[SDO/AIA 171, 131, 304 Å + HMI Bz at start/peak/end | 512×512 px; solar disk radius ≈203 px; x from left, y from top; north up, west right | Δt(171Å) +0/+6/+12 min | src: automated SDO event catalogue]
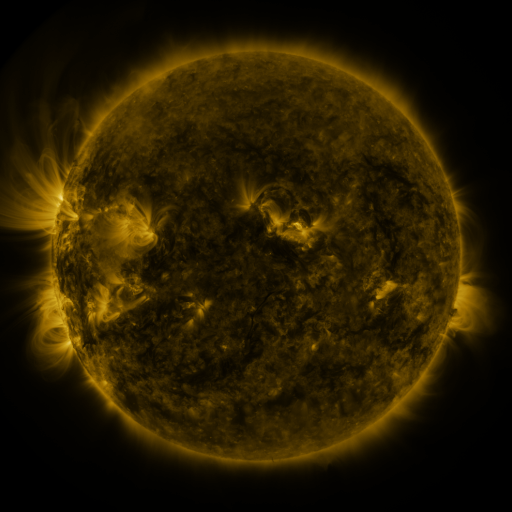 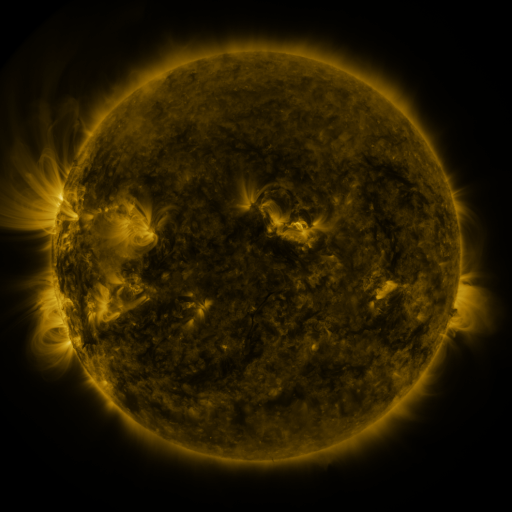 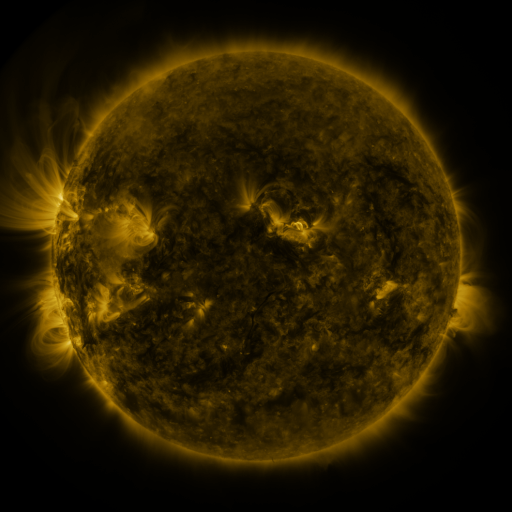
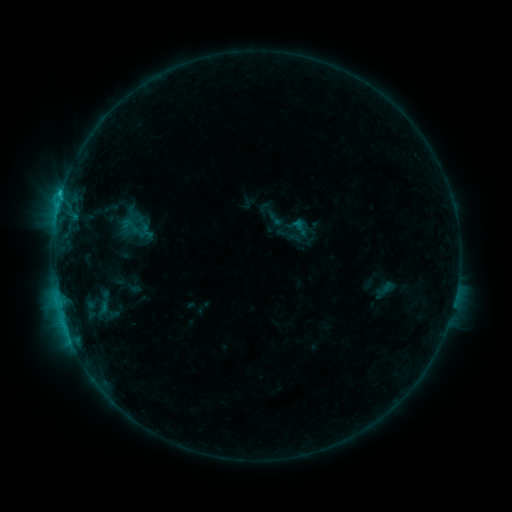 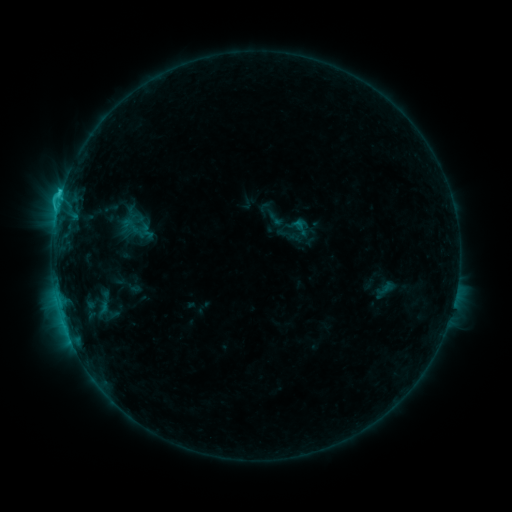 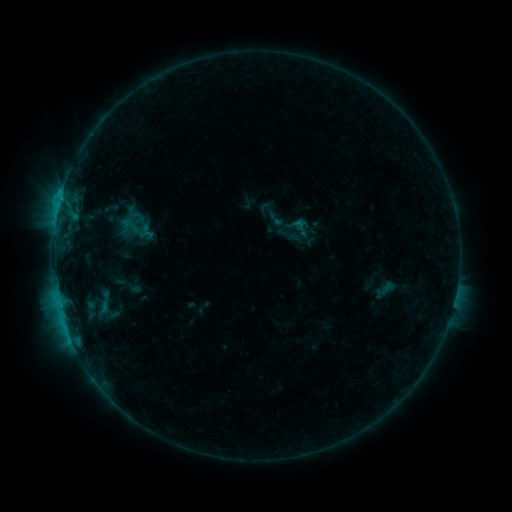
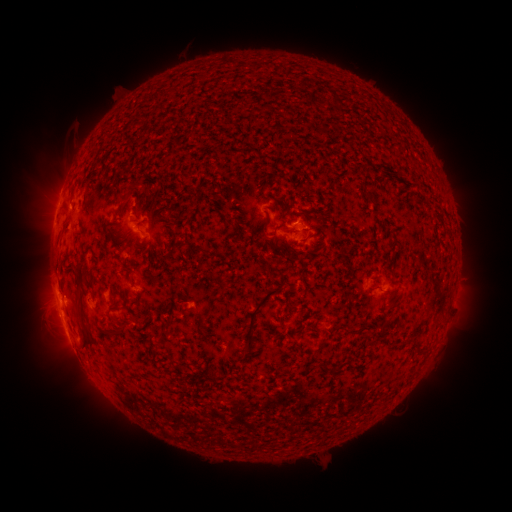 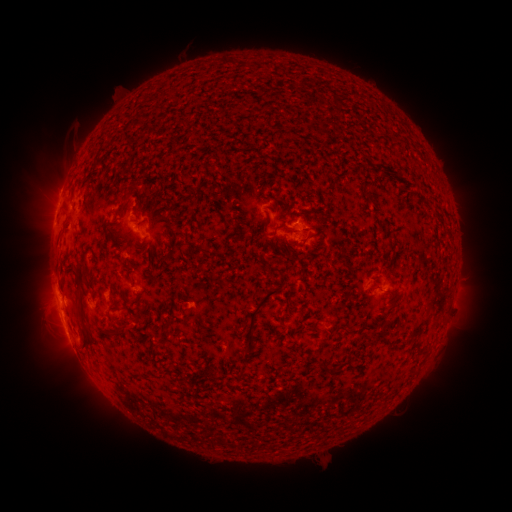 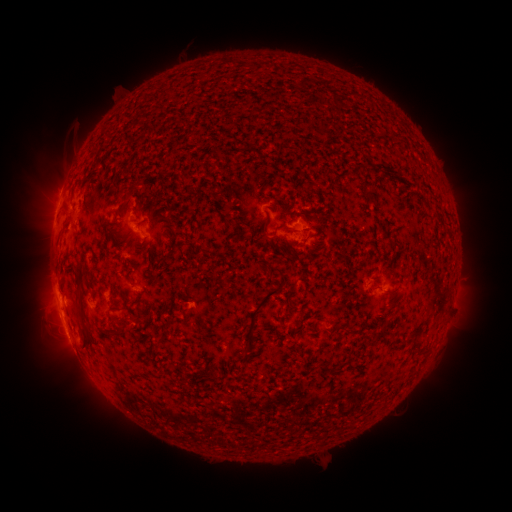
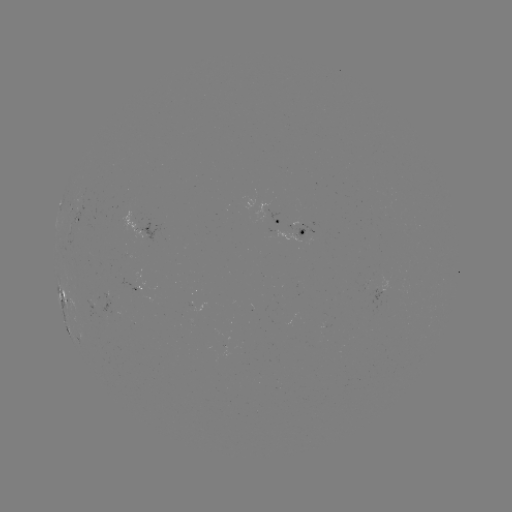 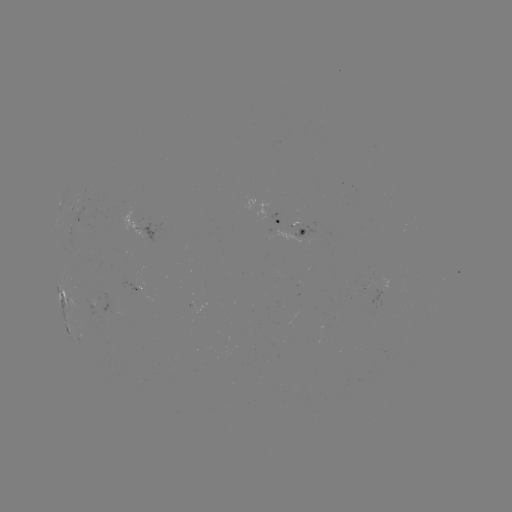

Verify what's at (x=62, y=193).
C1.6 flare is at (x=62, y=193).